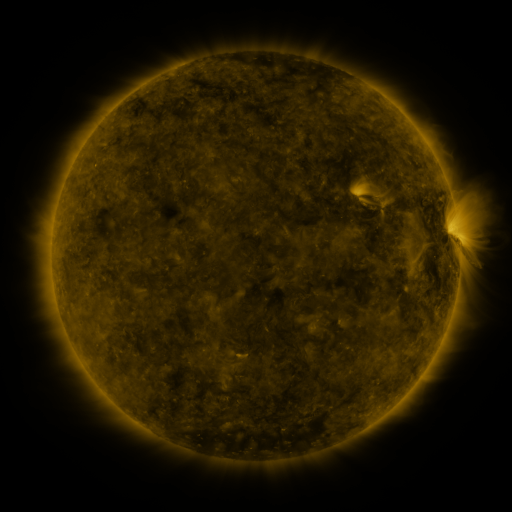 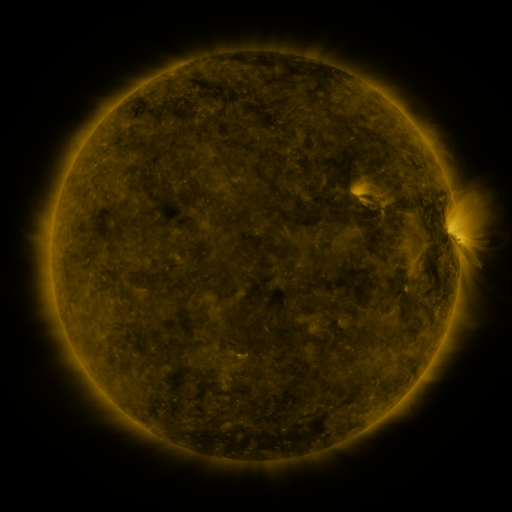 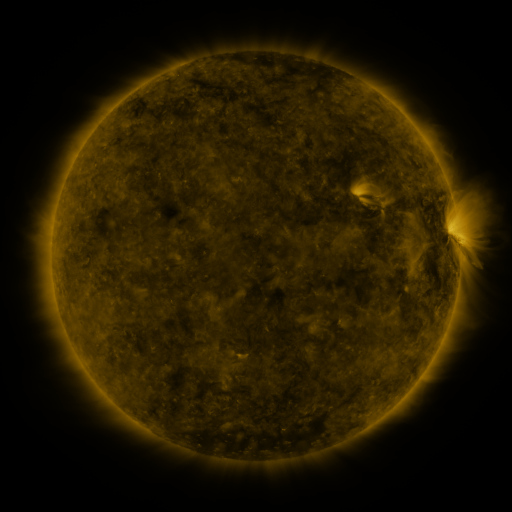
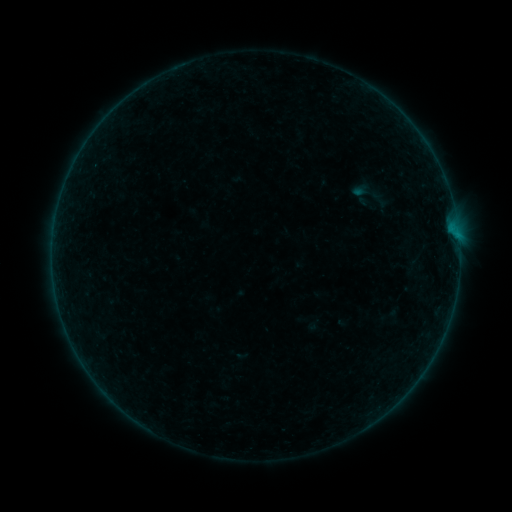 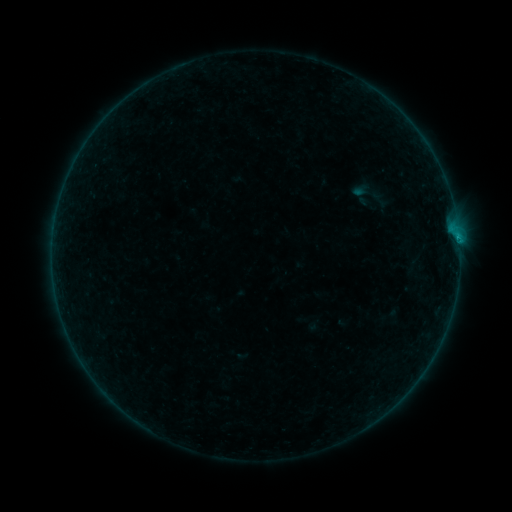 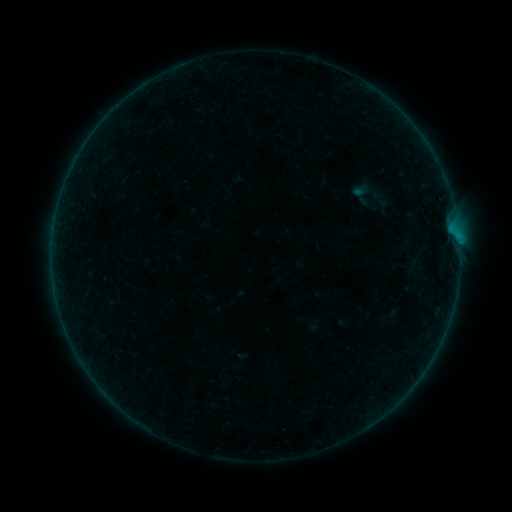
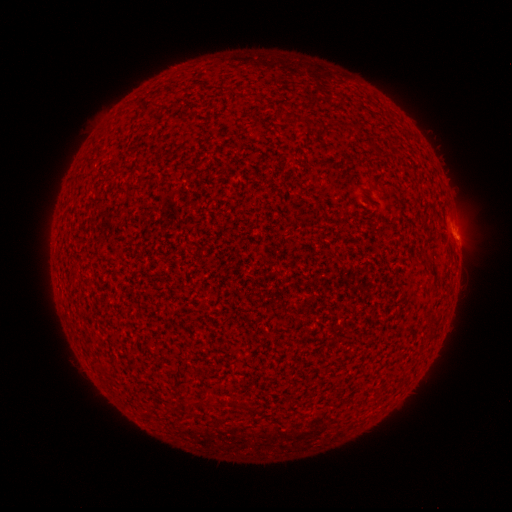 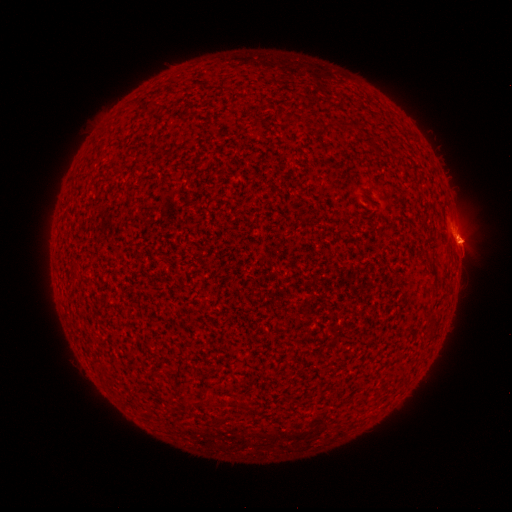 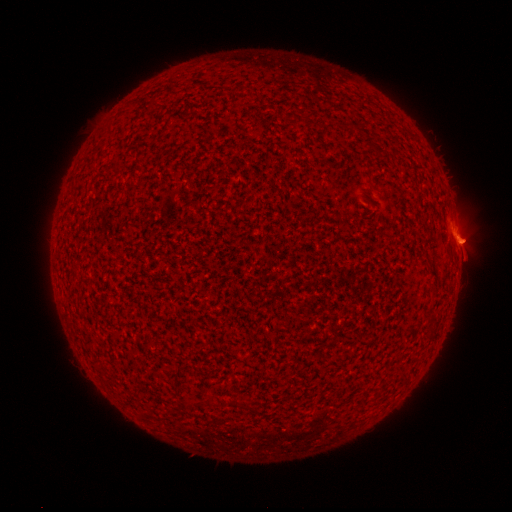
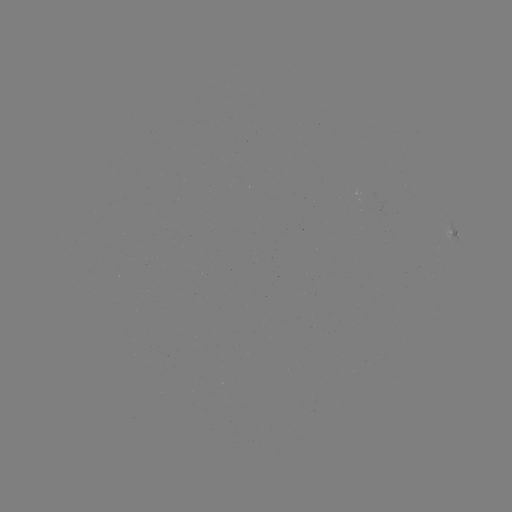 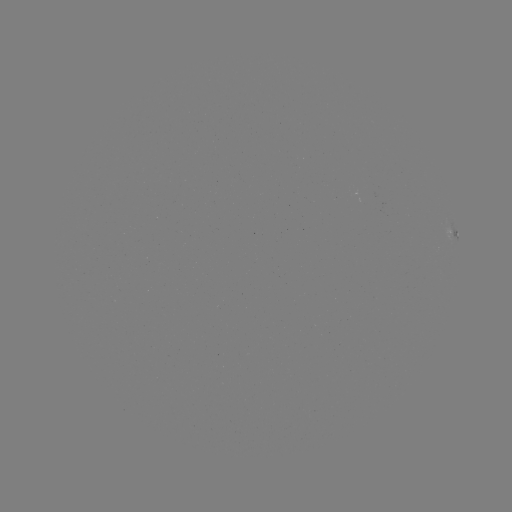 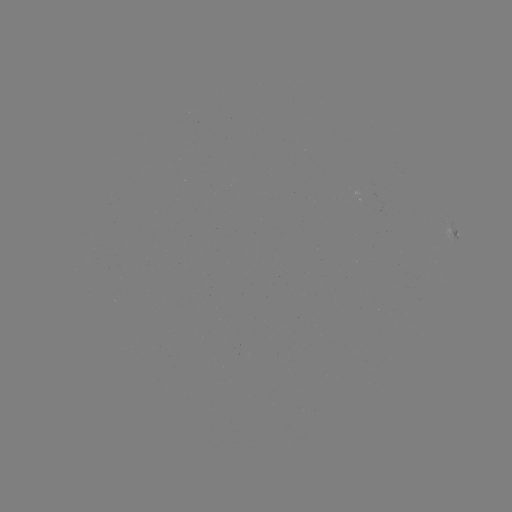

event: flare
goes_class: B1.6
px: (458, 241)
